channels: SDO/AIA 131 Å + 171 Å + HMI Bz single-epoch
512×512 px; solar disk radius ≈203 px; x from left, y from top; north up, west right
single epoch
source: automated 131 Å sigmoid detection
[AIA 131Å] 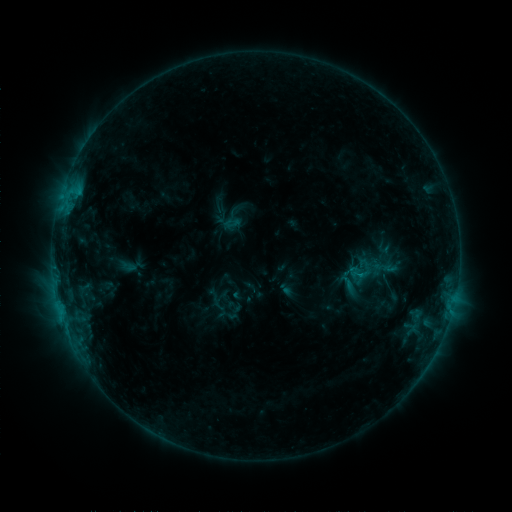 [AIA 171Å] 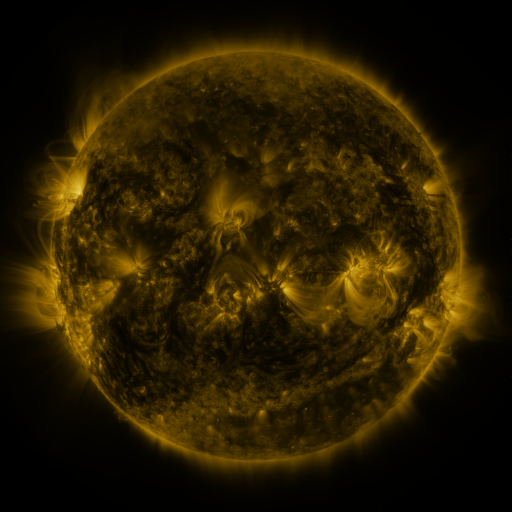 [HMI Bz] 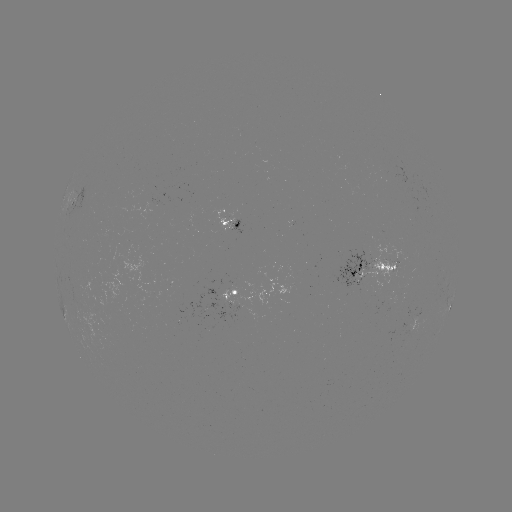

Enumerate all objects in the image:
sigmoid: (353, 257, 383, 289)
sigmoid: (337, 273, 358, 295)
